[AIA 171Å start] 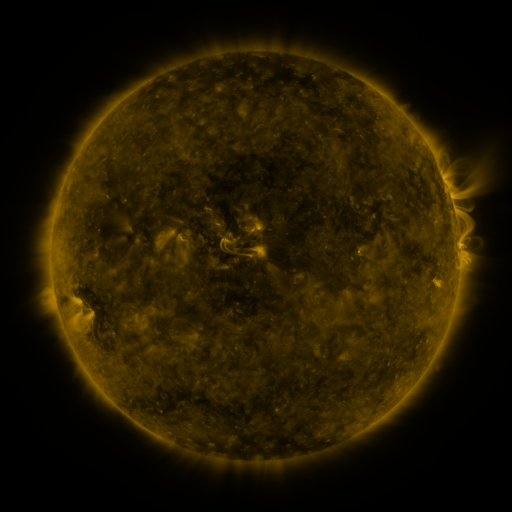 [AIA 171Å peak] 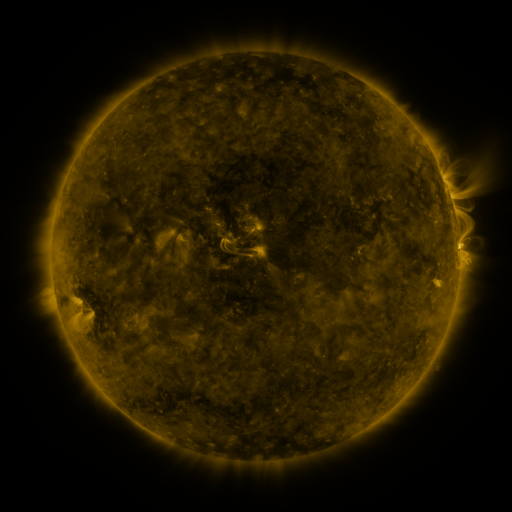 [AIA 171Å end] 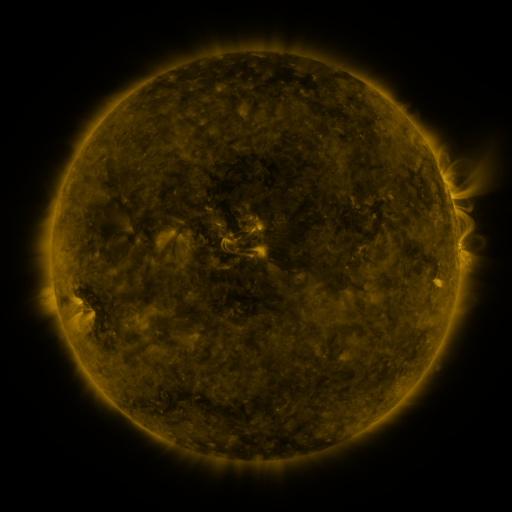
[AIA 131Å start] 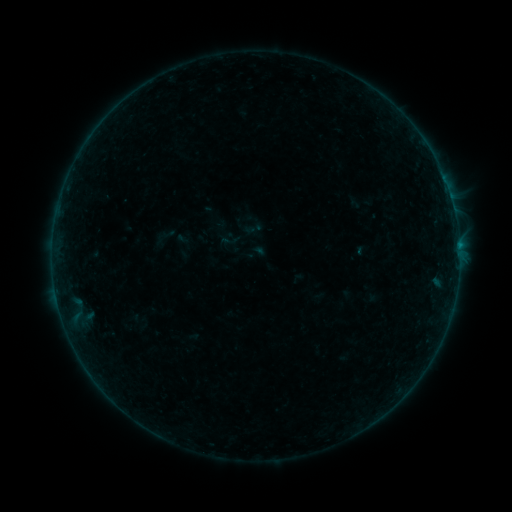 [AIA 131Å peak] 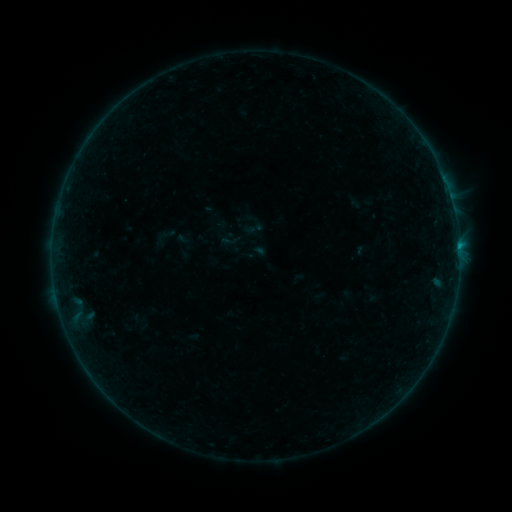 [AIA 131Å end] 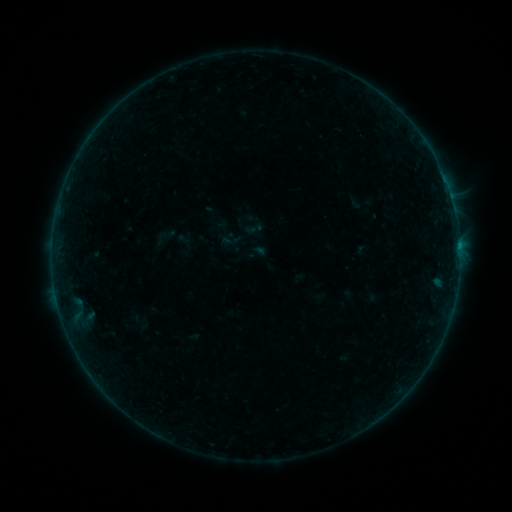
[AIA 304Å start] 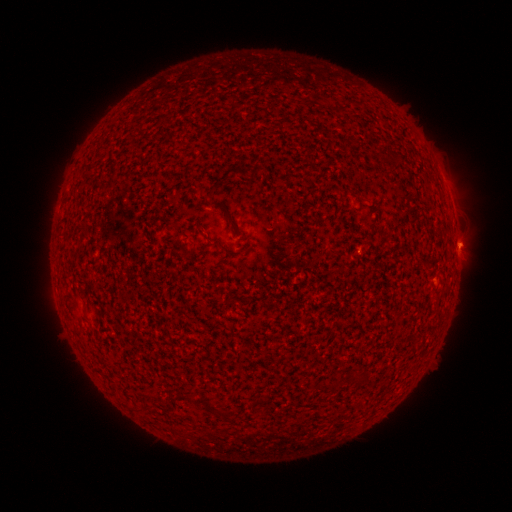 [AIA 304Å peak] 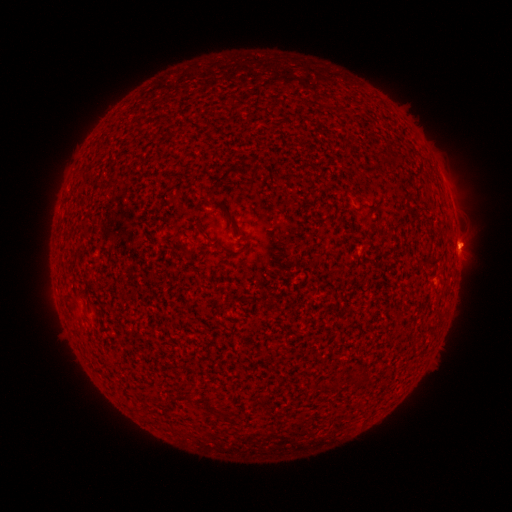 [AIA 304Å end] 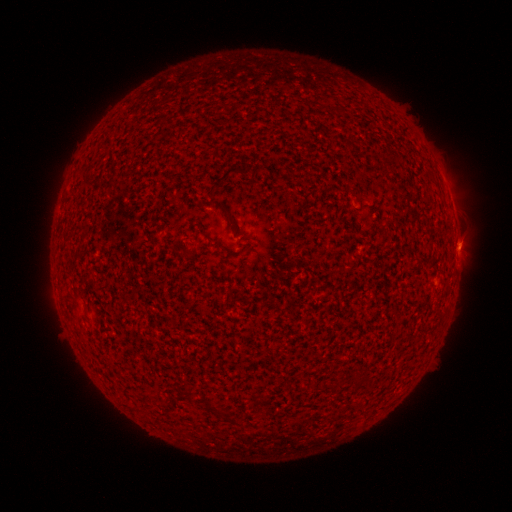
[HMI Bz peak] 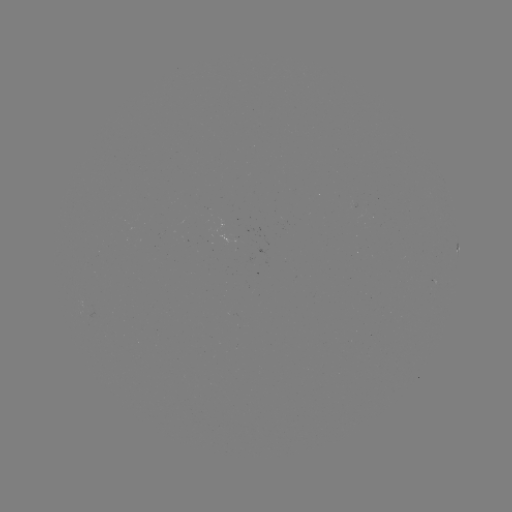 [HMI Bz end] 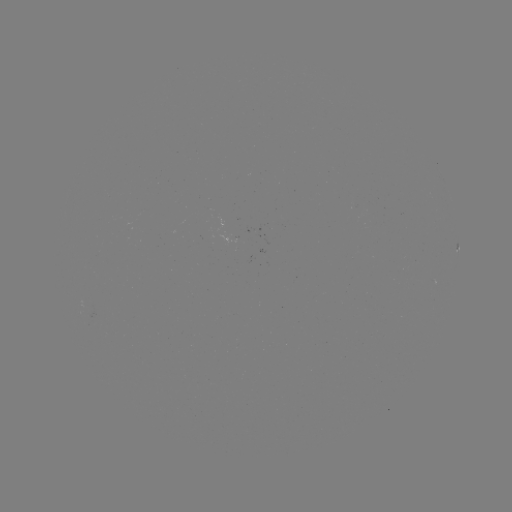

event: flare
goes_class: B2.2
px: (459, 249)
